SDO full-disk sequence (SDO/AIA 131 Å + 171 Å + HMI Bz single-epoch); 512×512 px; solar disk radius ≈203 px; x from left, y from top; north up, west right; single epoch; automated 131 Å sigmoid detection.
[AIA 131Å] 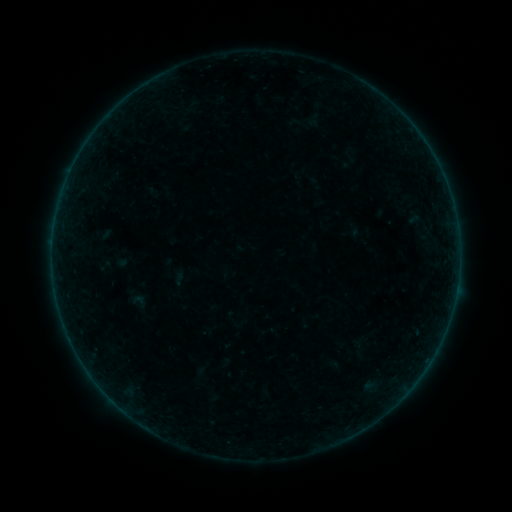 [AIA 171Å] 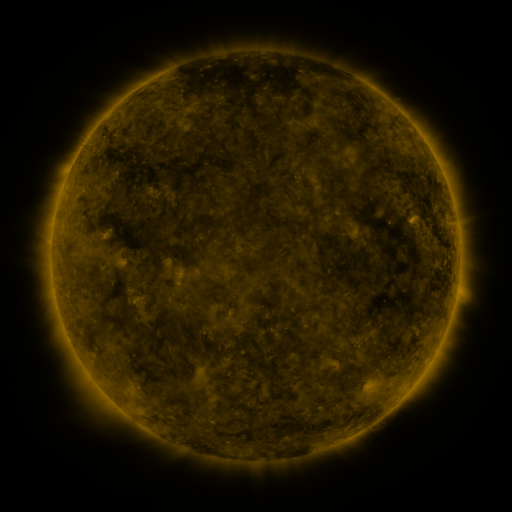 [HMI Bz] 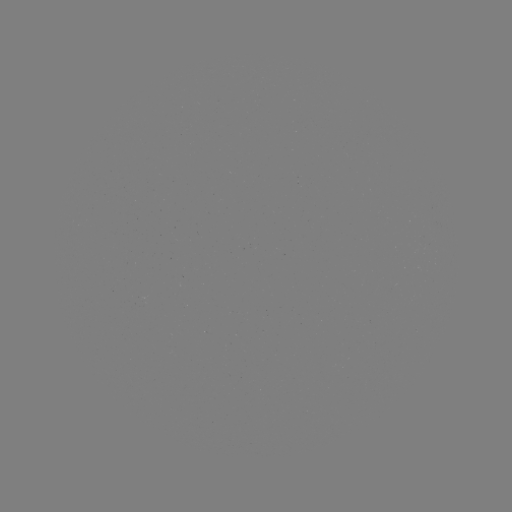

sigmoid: <bbox>128, 290, 150, 312</bbox>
